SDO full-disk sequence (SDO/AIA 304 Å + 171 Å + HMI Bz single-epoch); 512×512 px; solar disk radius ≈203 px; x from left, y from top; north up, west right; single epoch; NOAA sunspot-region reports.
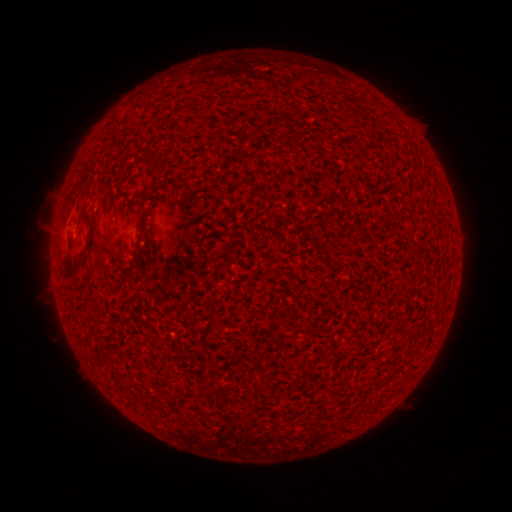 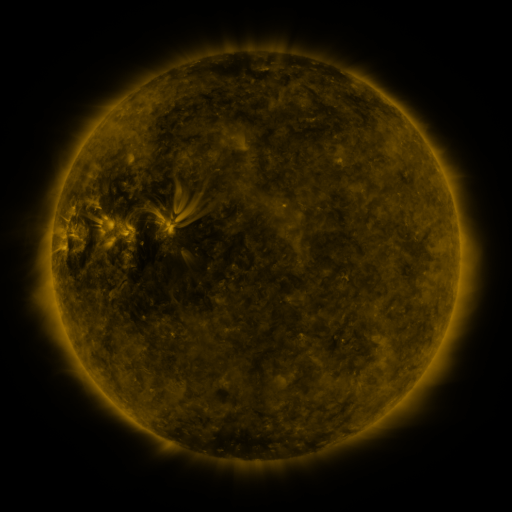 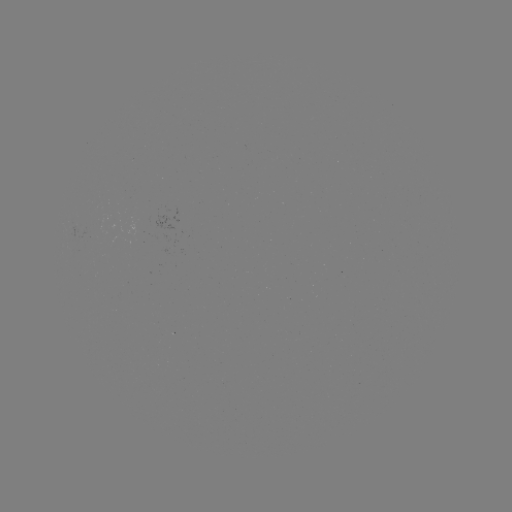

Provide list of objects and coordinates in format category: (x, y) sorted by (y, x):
(none)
